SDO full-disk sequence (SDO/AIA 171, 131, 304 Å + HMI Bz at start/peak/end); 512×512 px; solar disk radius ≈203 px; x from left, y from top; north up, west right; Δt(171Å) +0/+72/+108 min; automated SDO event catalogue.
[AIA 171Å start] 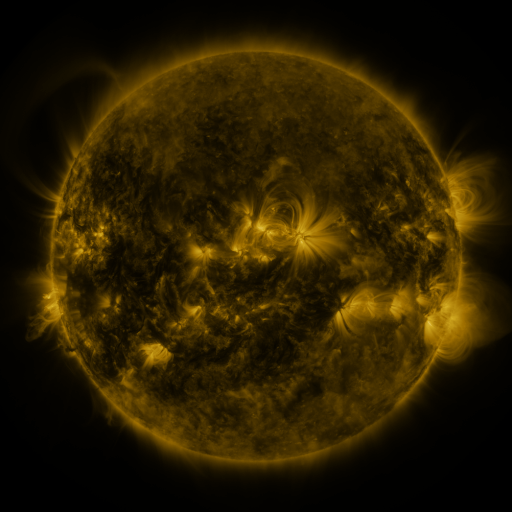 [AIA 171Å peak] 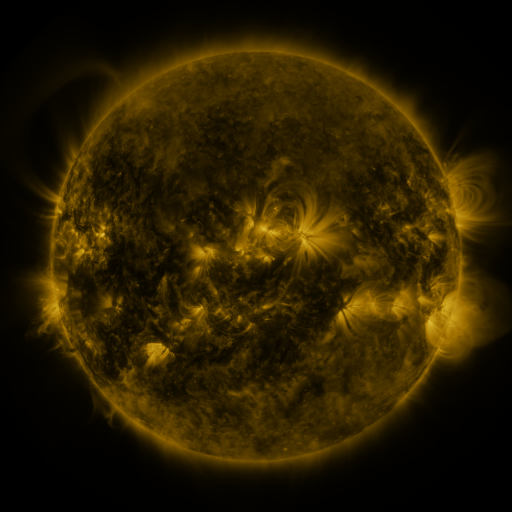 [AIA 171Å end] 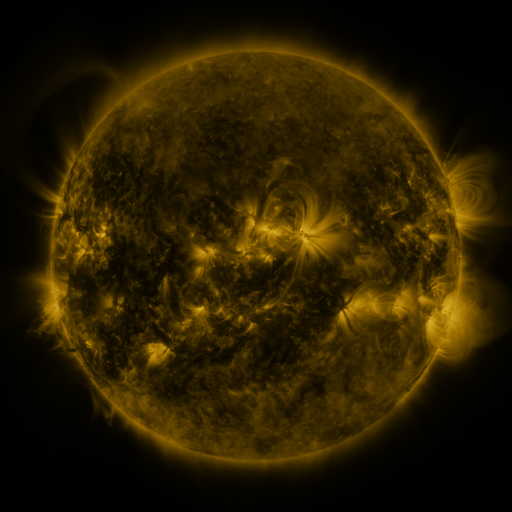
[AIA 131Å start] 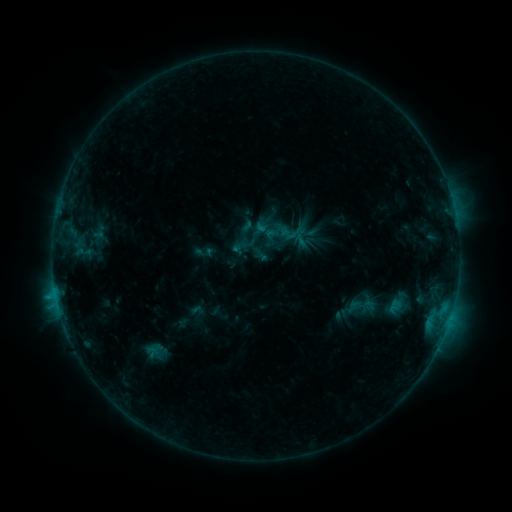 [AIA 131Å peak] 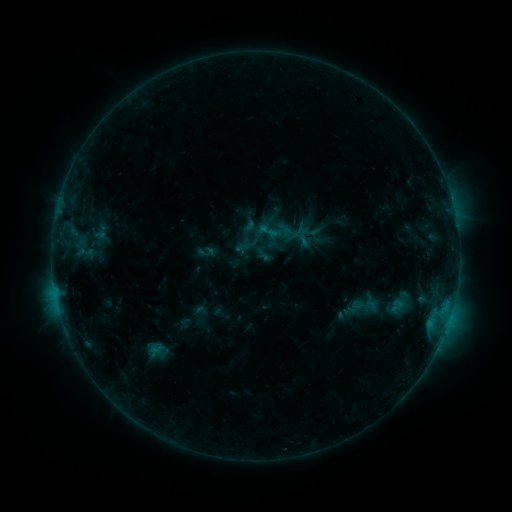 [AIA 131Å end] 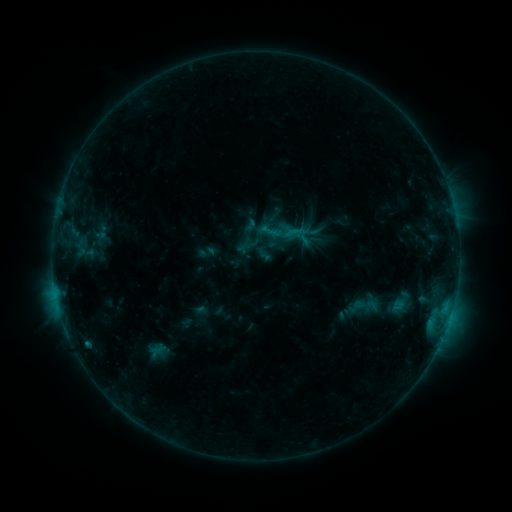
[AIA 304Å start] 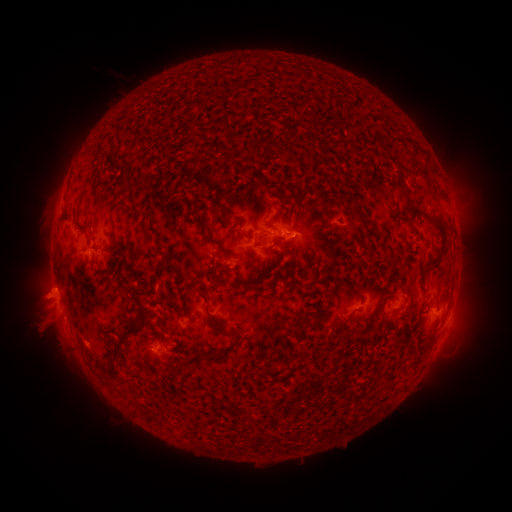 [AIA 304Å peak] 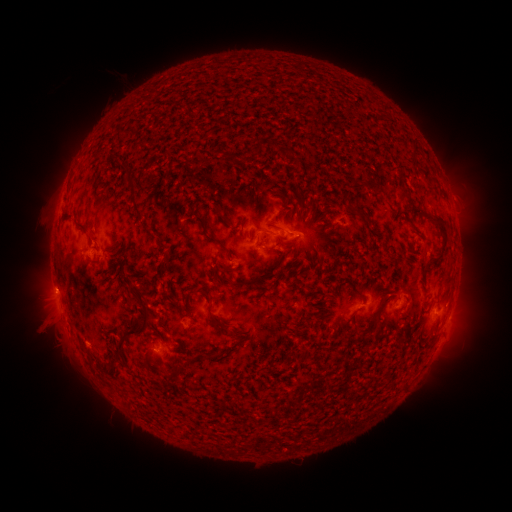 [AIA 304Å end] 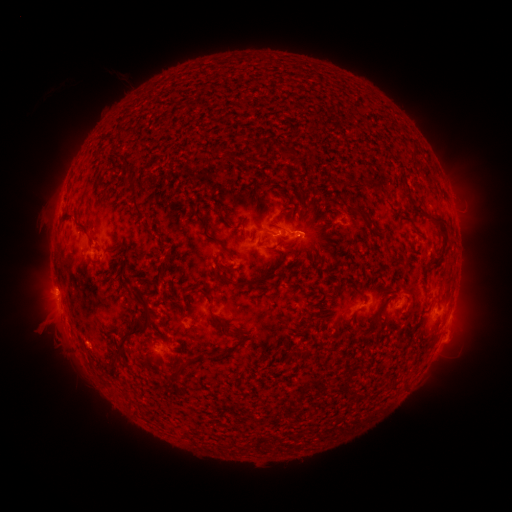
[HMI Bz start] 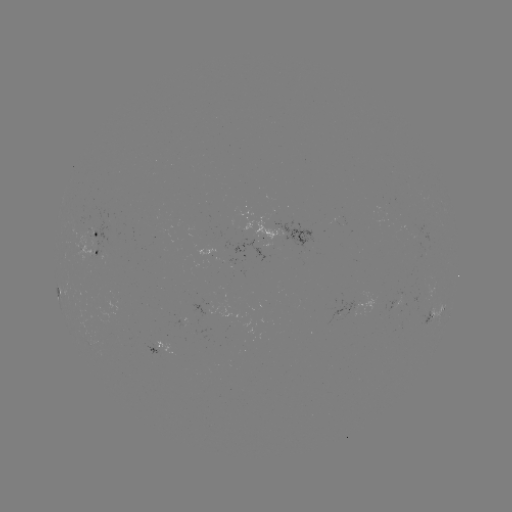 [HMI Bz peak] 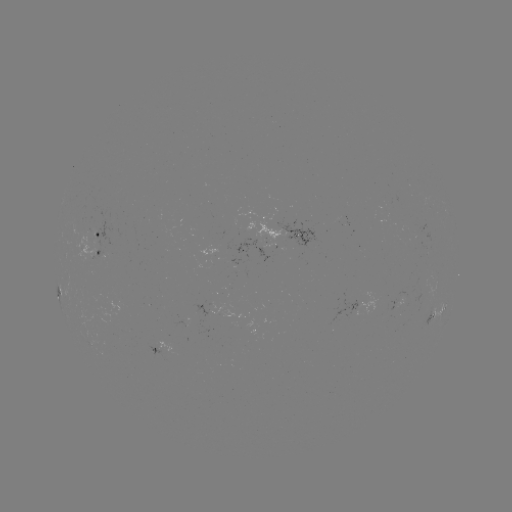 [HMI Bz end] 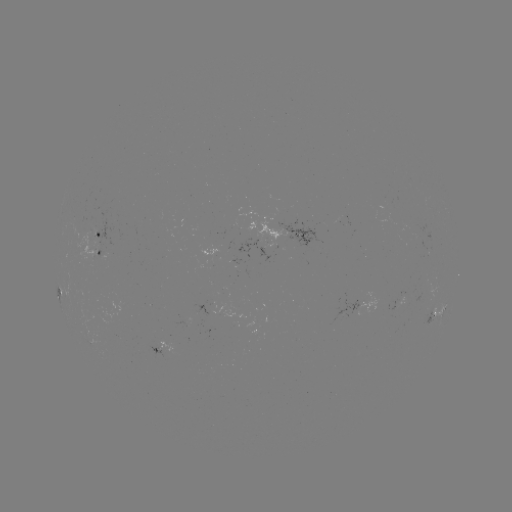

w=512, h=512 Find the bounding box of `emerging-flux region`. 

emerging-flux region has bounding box [78, 227, 95, 264].